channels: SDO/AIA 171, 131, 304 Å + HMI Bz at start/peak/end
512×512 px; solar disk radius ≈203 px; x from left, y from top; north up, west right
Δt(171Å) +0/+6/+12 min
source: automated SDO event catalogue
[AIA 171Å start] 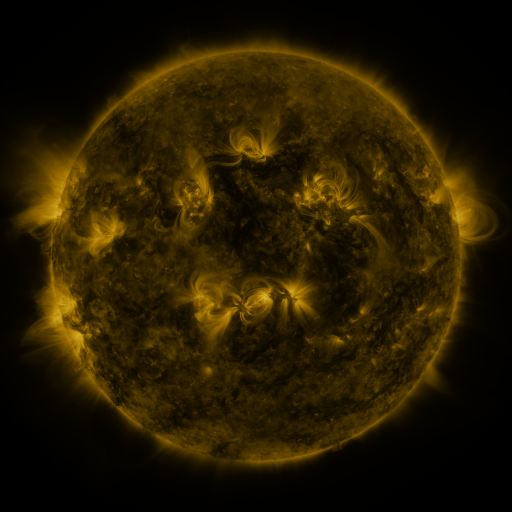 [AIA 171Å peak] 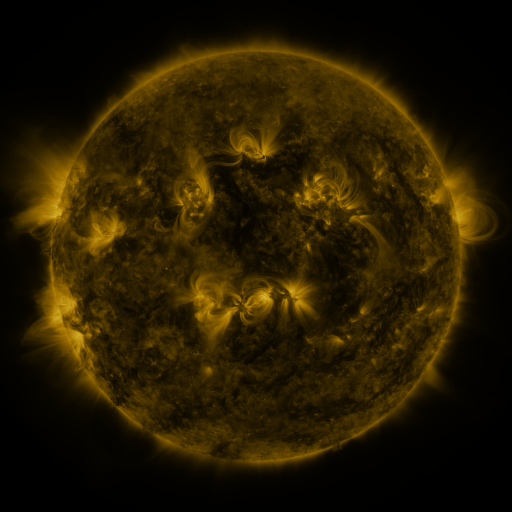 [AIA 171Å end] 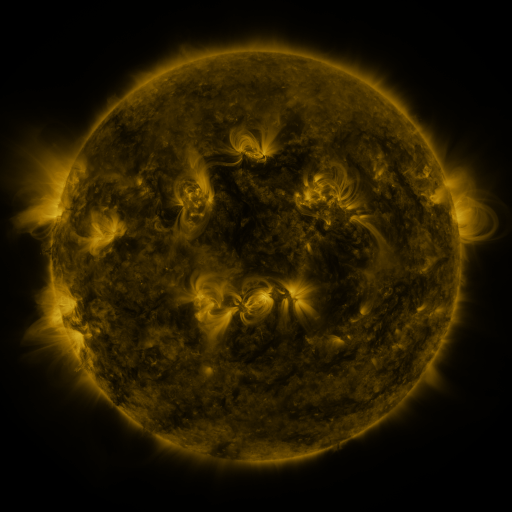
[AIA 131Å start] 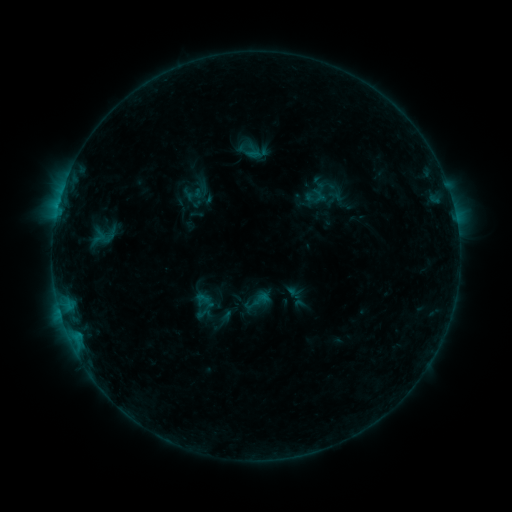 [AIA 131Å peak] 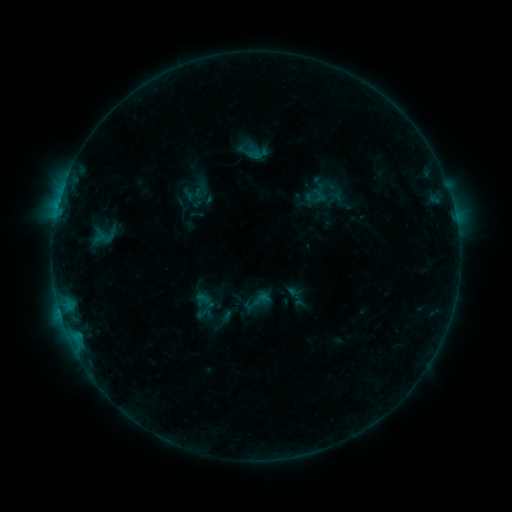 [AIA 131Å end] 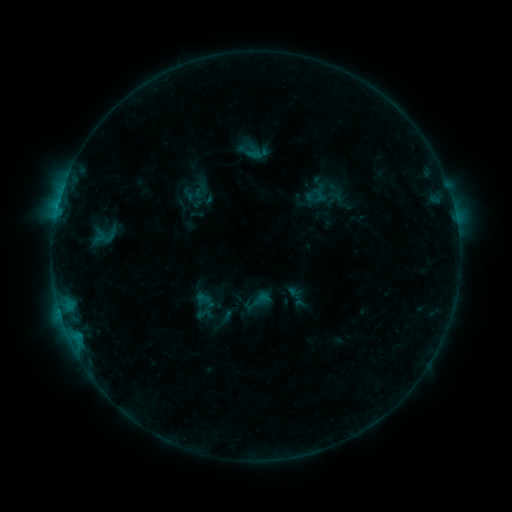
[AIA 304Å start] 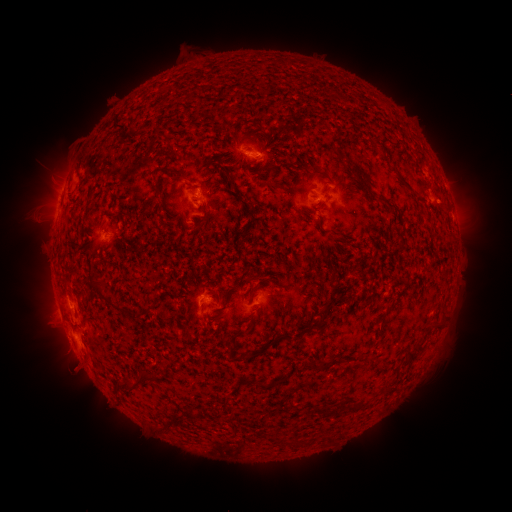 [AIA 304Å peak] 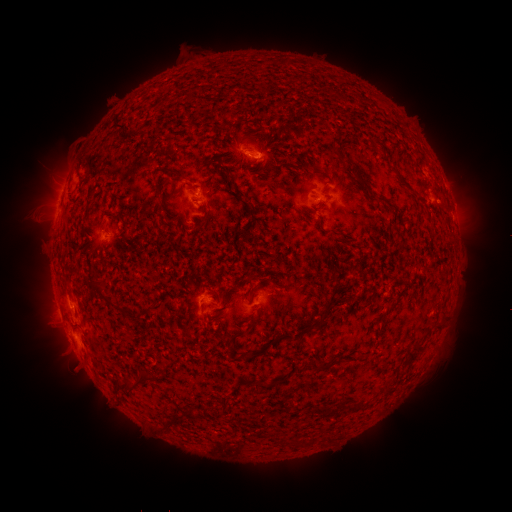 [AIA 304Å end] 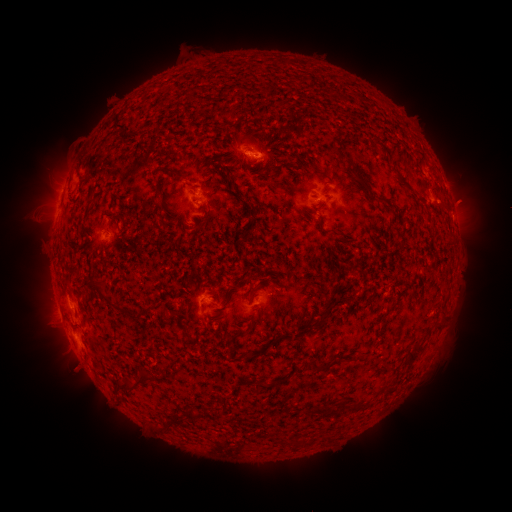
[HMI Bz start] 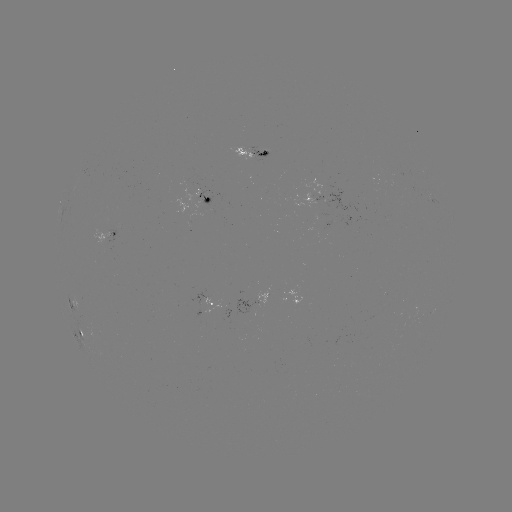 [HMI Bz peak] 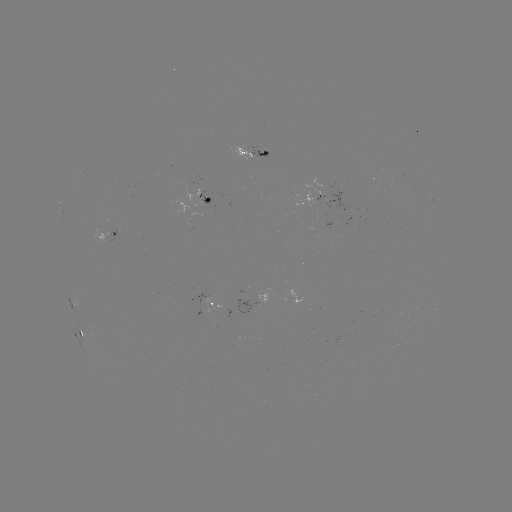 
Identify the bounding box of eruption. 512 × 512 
[442, 180, 489, 225].